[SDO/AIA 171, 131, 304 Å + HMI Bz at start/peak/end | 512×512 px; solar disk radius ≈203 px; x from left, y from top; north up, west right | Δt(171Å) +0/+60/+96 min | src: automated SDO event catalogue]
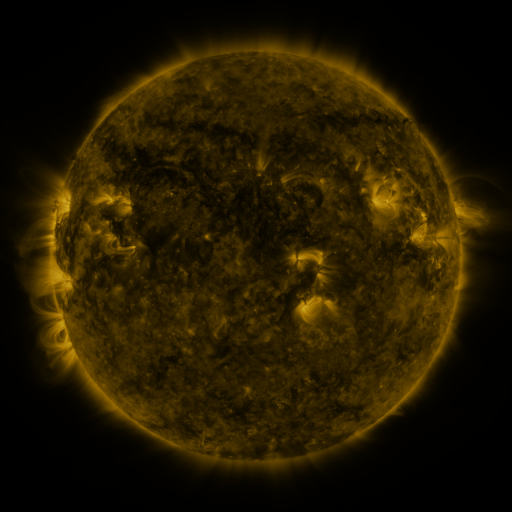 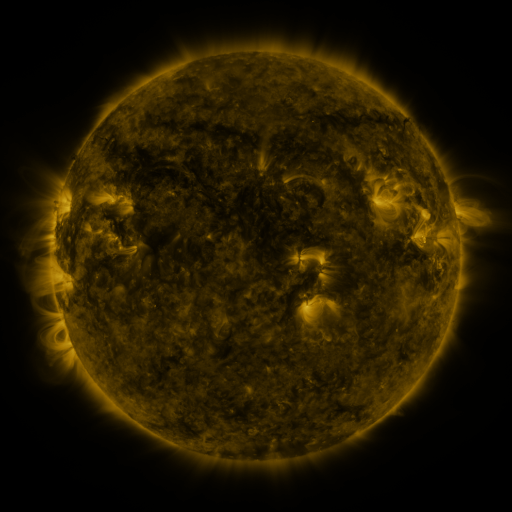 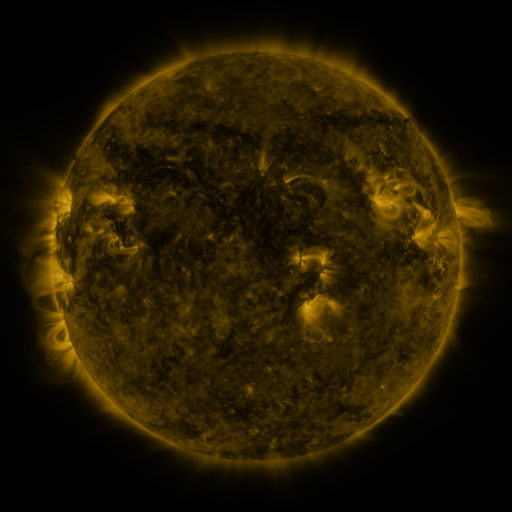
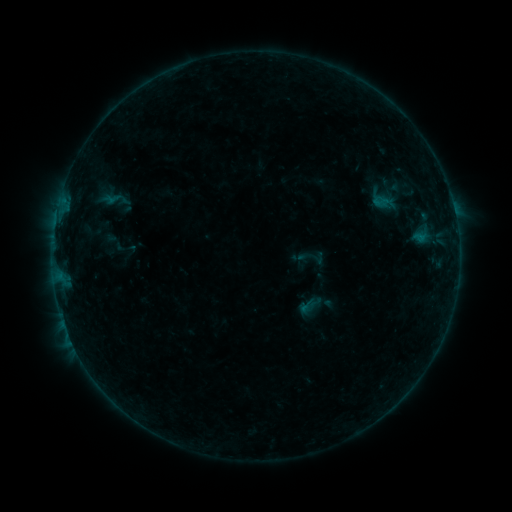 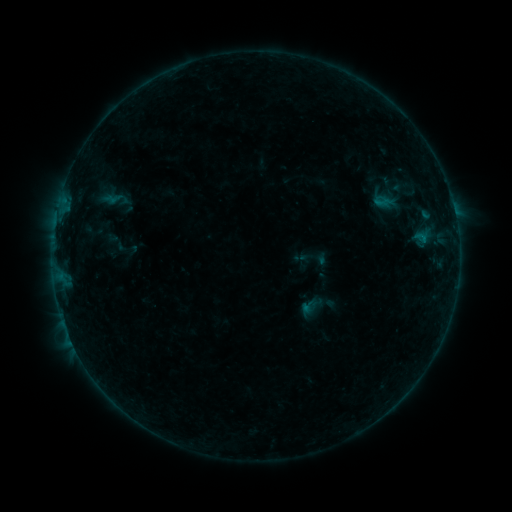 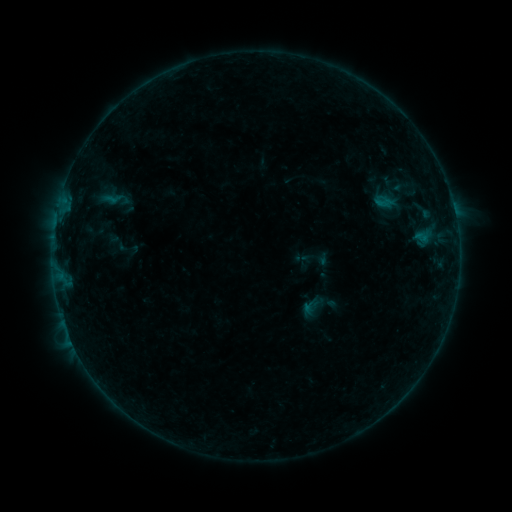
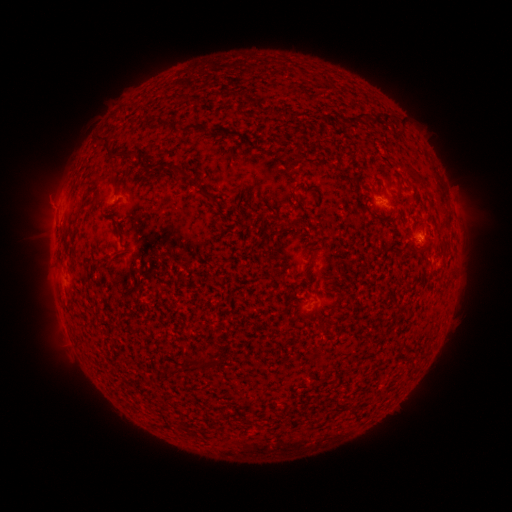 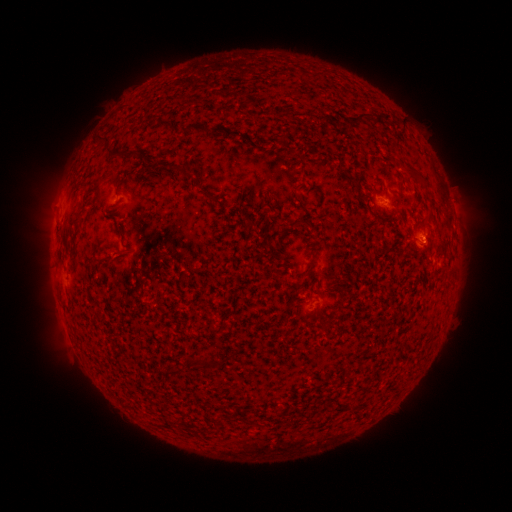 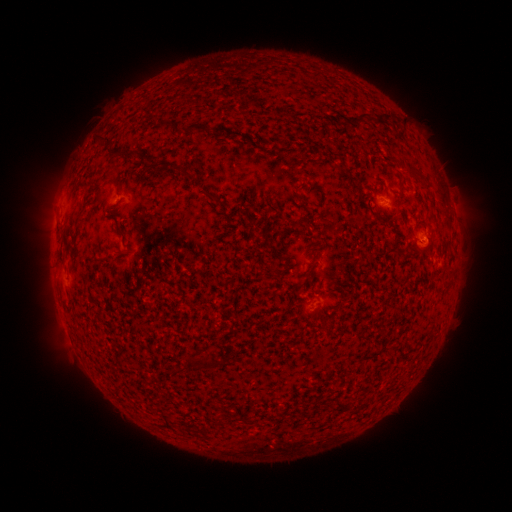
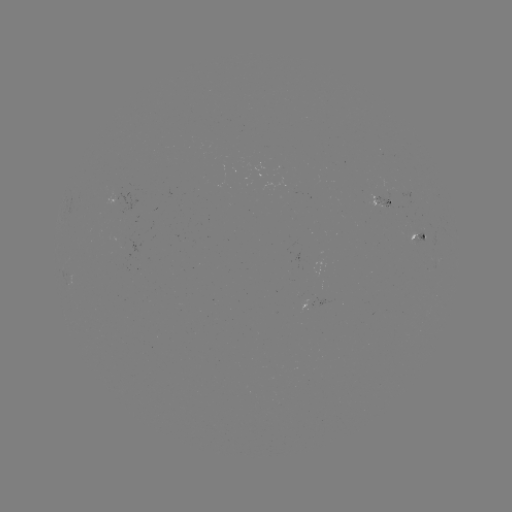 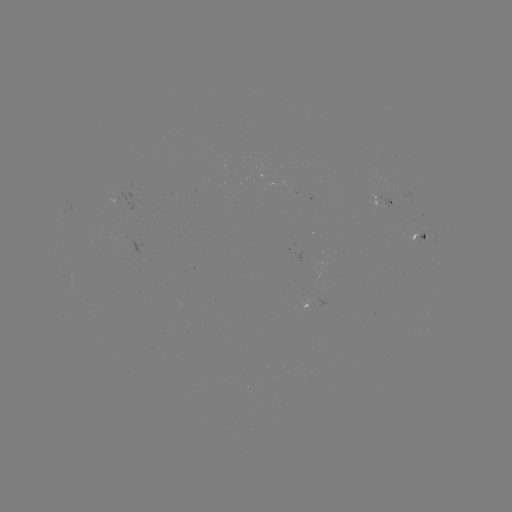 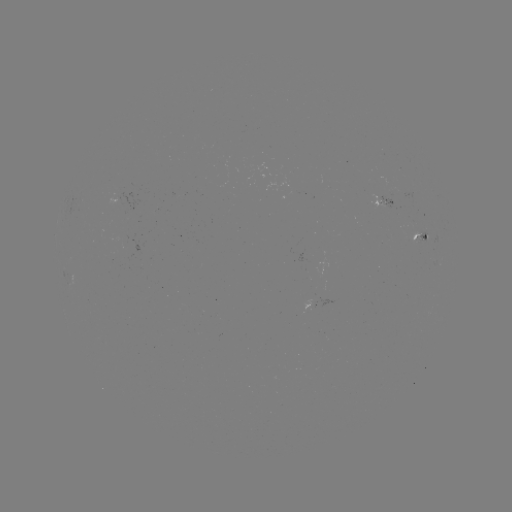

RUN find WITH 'emerging-flux region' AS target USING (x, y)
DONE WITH (425, 236) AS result